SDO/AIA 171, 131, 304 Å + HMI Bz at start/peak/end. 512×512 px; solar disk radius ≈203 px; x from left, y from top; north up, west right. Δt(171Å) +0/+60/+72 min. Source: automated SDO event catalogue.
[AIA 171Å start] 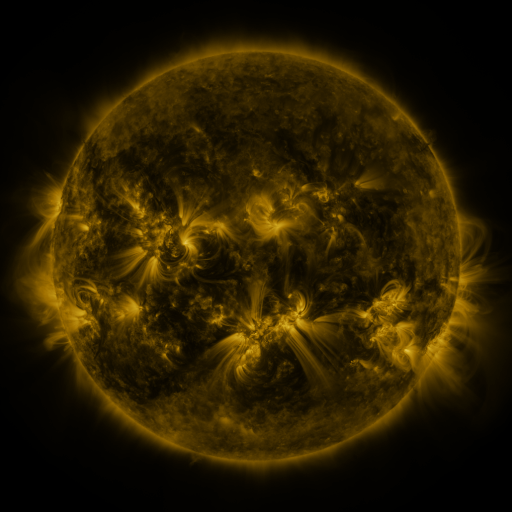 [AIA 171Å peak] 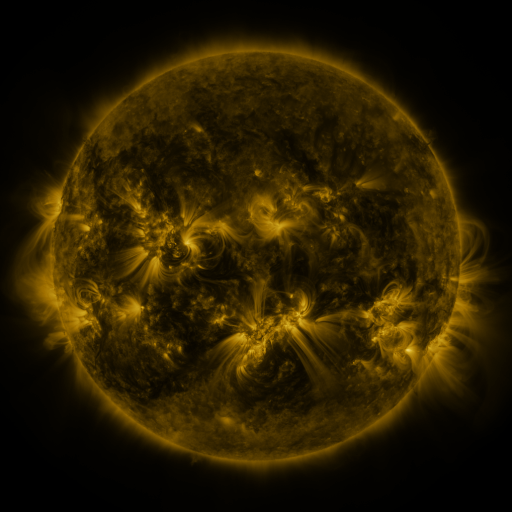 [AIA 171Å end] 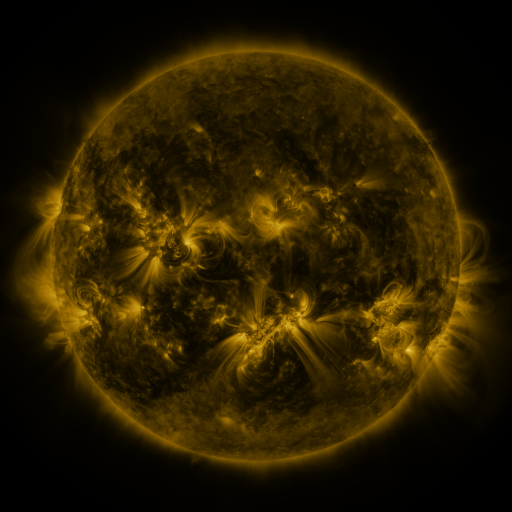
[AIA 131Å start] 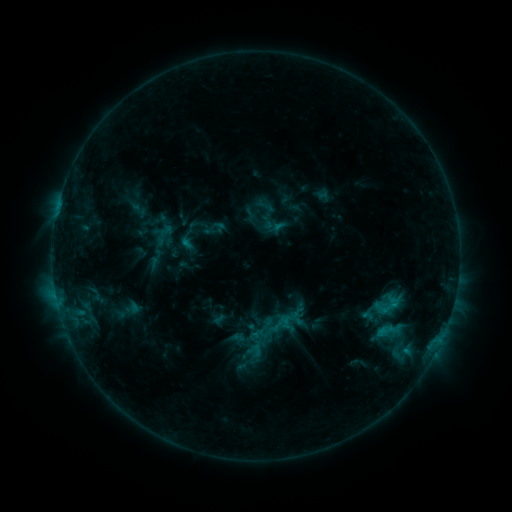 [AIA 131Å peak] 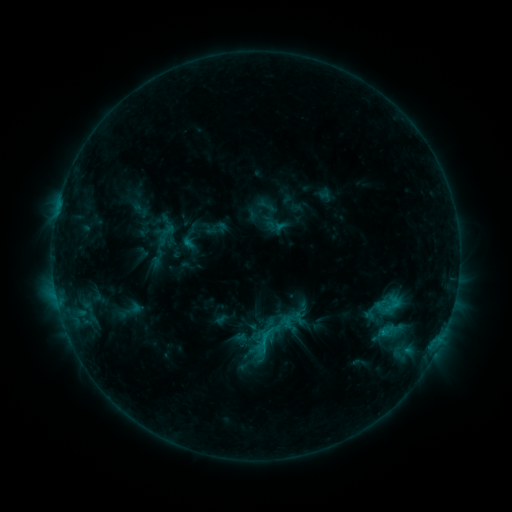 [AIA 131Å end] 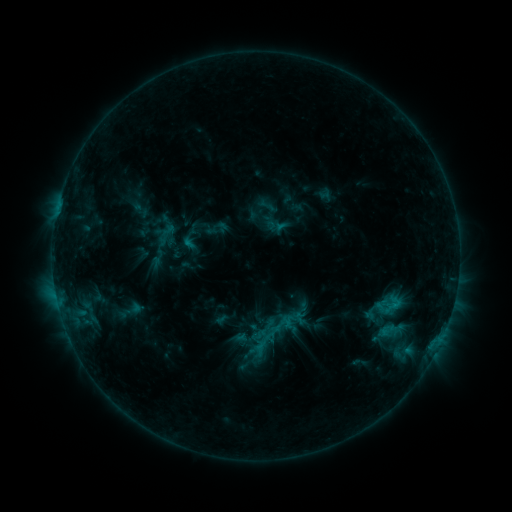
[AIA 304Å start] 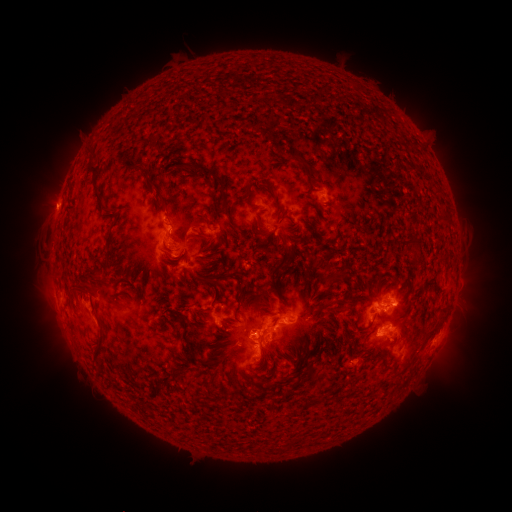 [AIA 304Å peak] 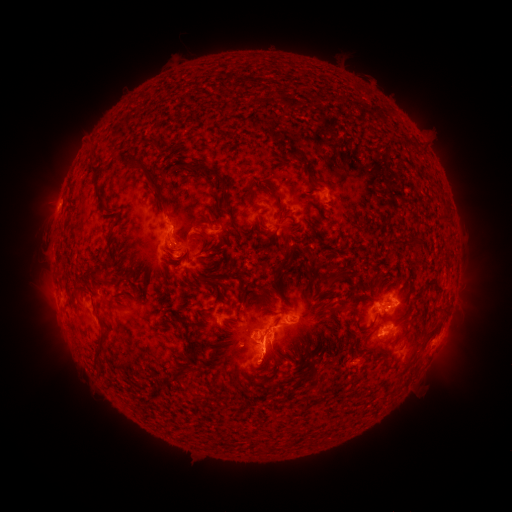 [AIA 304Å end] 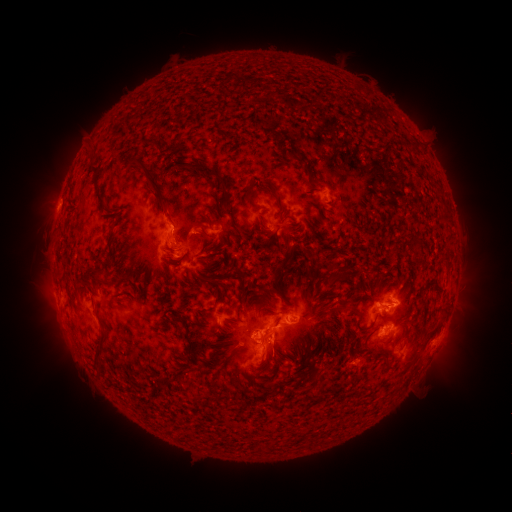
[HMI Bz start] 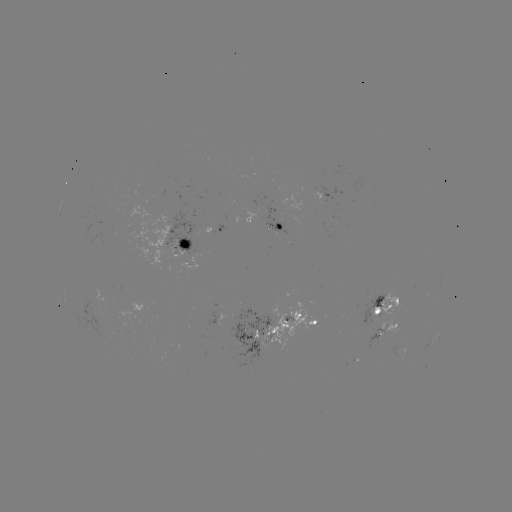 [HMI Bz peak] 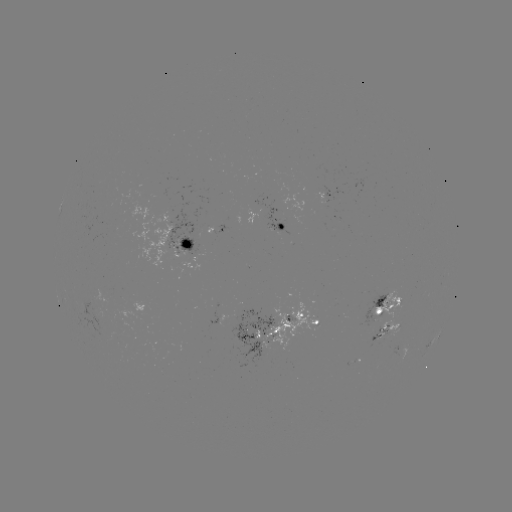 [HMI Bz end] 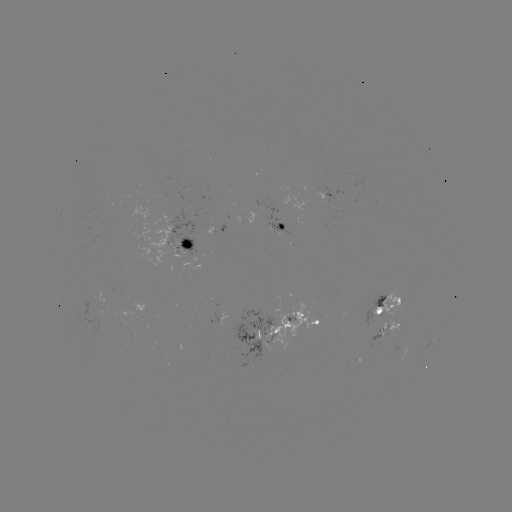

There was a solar emerging-flux region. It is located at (384, 310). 